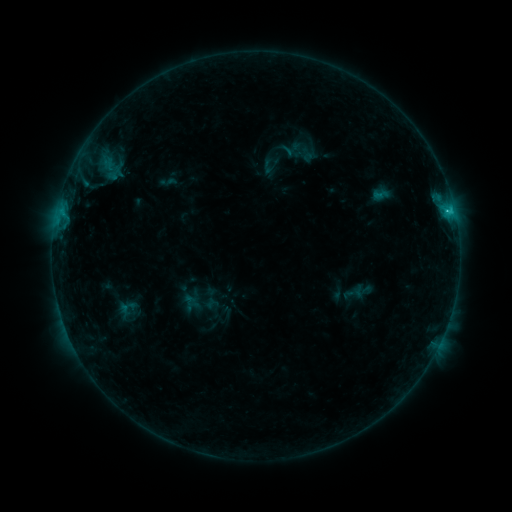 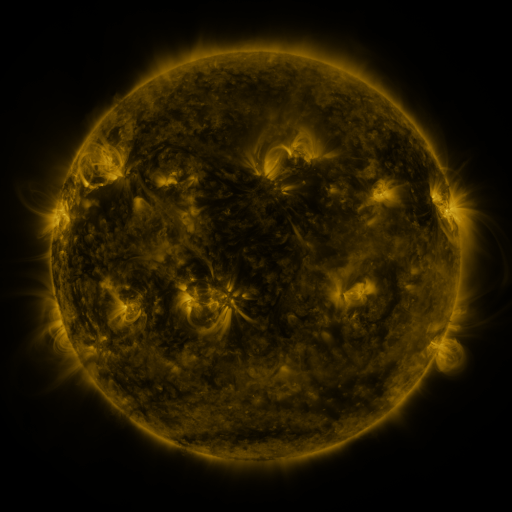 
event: sigmoid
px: (189, 302)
